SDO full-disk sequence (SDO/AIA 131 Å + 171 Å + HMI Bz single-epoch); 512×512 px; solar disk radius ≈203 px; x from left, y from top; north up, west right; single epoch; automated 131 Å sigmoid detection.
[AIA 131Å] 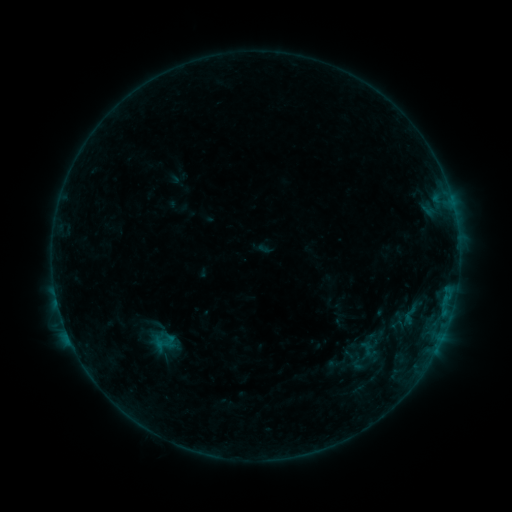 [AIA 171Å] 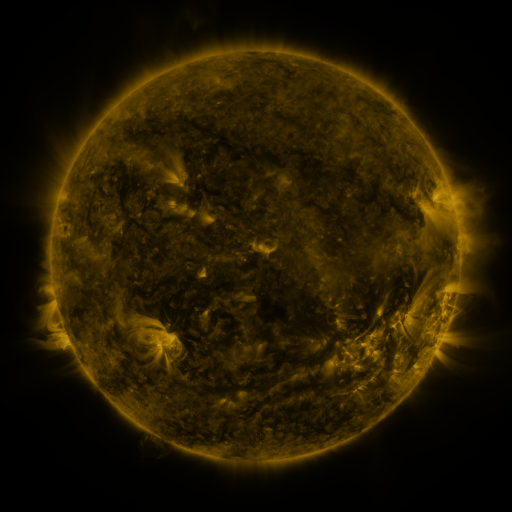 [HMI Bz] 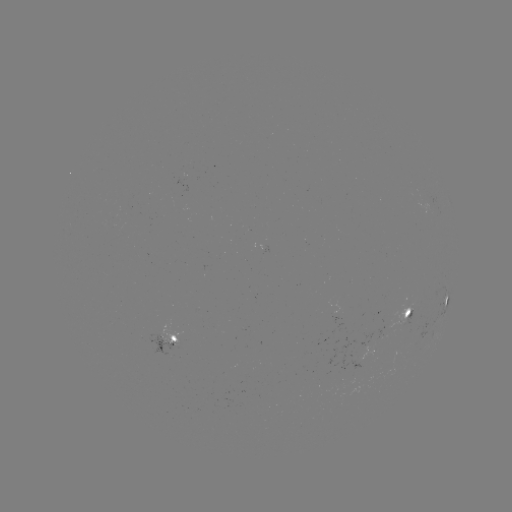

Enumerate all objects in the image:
sigmoid: (385, 310, 408, 333)
sigmoid: (347, 351, 368, 373)
